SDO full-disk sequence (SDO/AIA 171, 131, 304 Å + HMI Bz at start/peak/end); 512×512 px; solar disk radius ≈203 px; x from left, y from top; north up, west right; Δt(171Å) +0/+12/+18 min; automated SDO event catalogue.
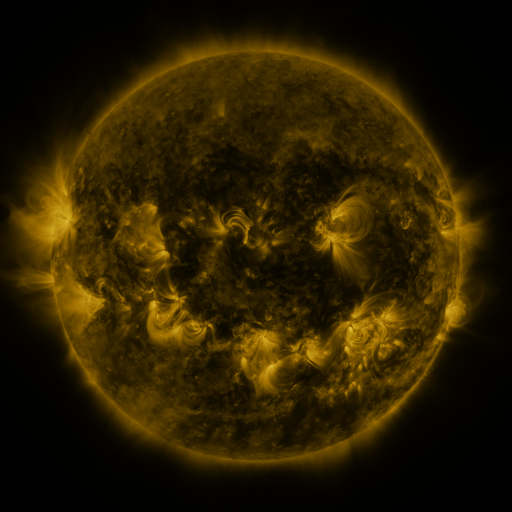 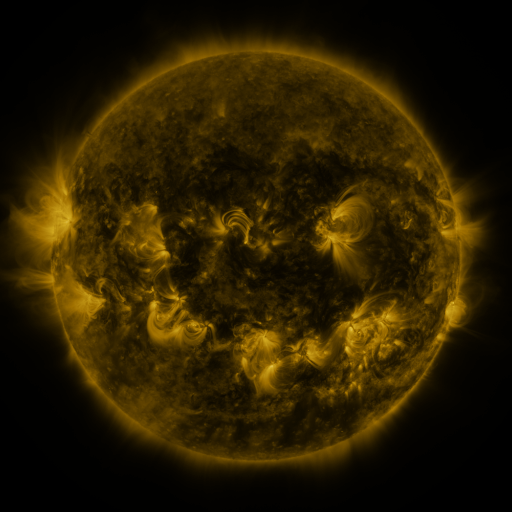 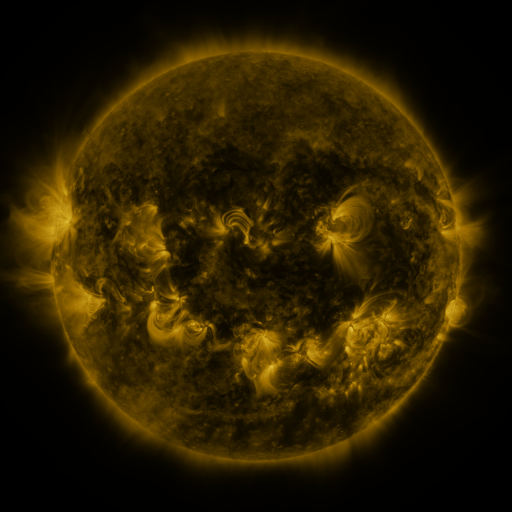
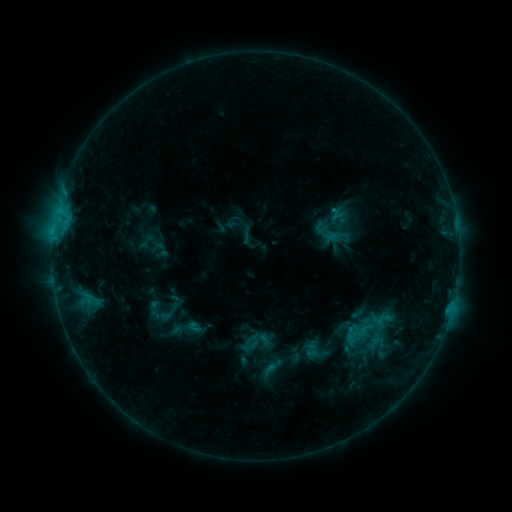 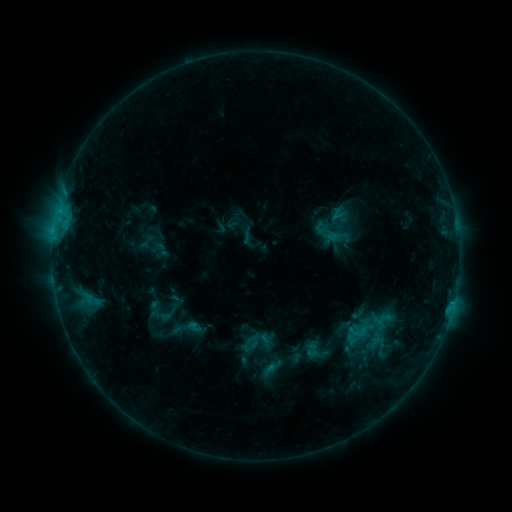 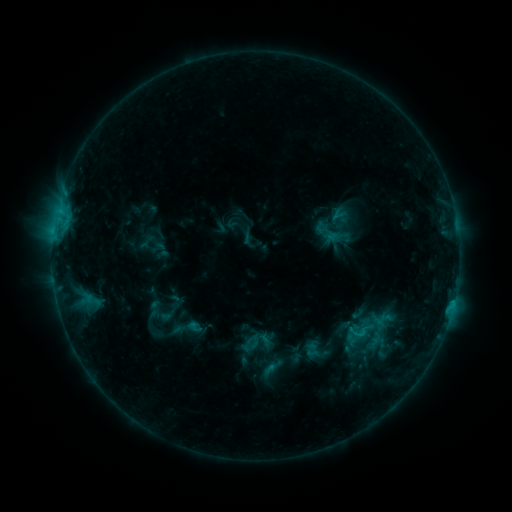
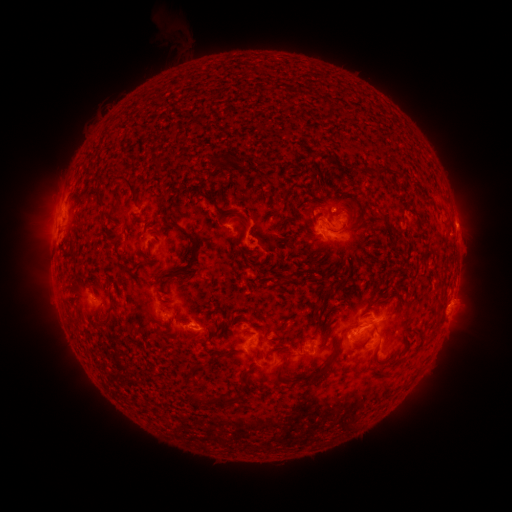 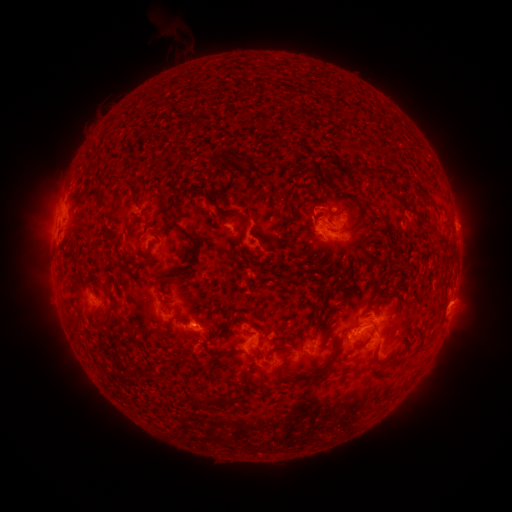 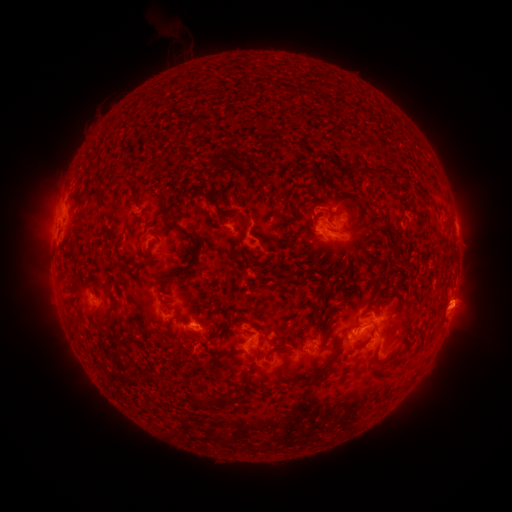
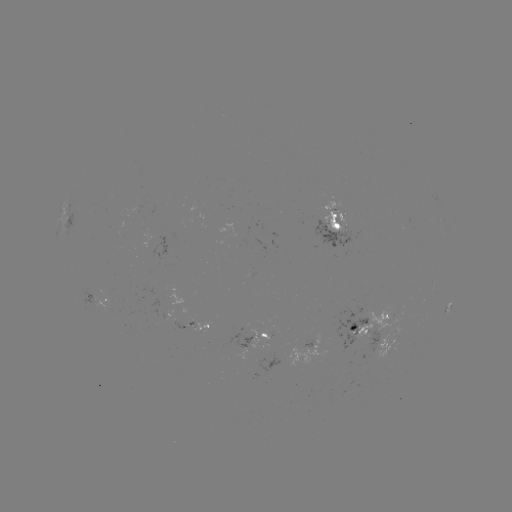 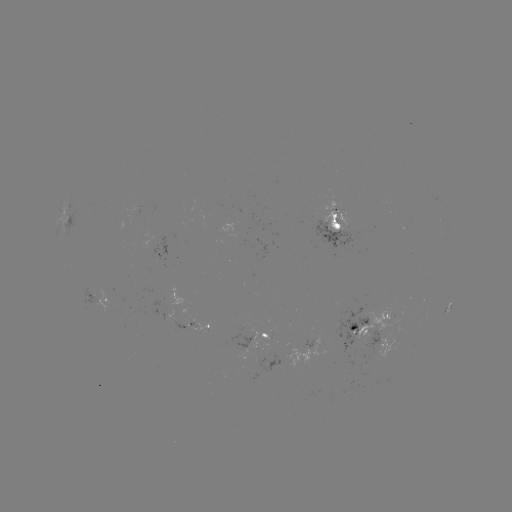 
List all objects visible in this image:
eruption: (460, 313)
